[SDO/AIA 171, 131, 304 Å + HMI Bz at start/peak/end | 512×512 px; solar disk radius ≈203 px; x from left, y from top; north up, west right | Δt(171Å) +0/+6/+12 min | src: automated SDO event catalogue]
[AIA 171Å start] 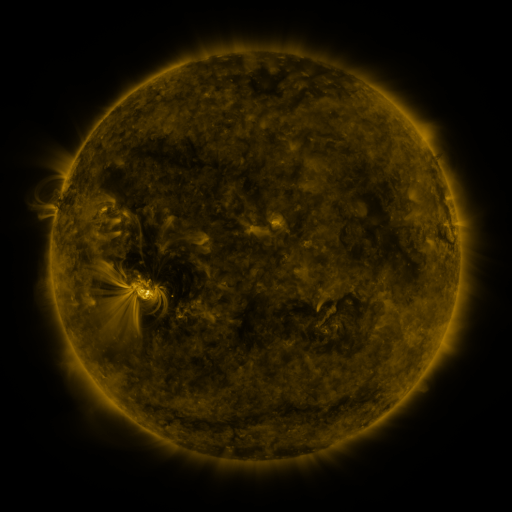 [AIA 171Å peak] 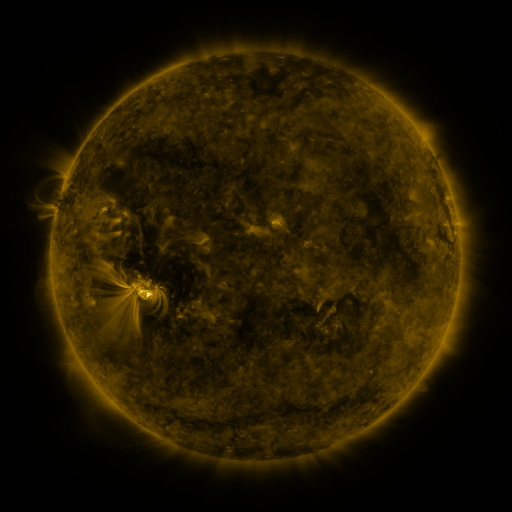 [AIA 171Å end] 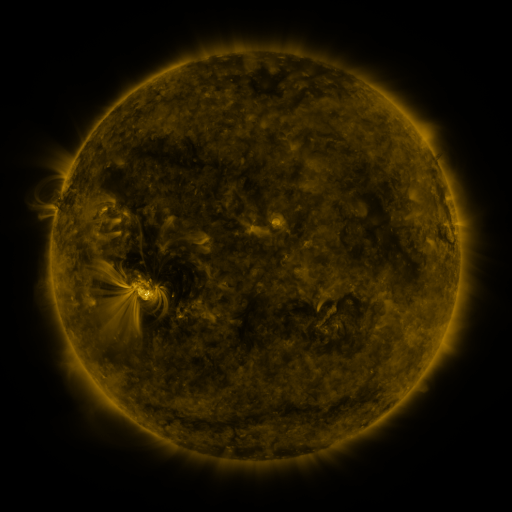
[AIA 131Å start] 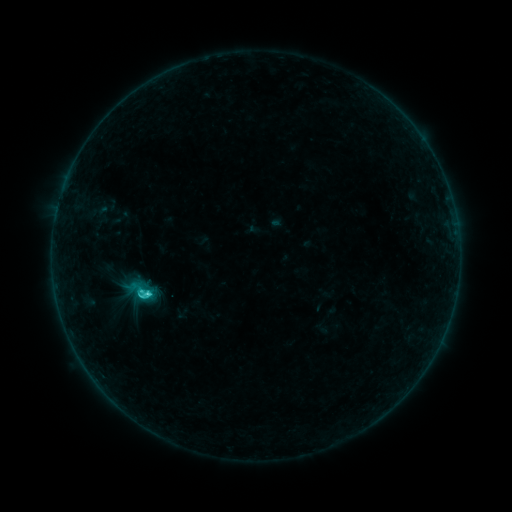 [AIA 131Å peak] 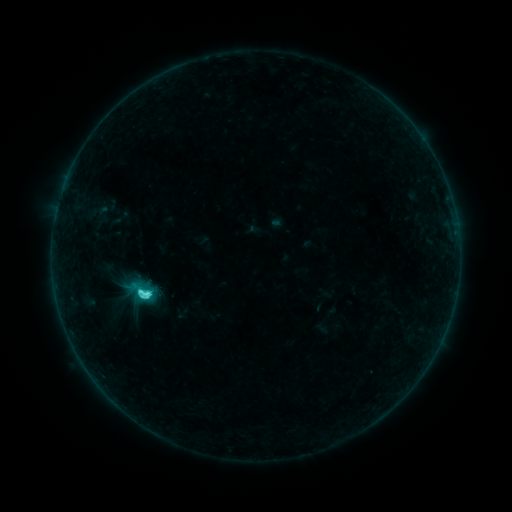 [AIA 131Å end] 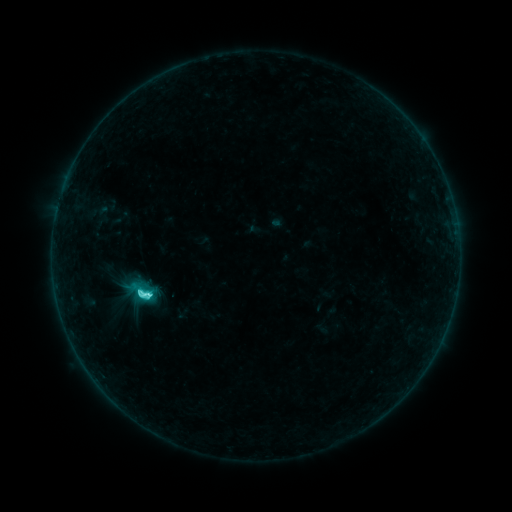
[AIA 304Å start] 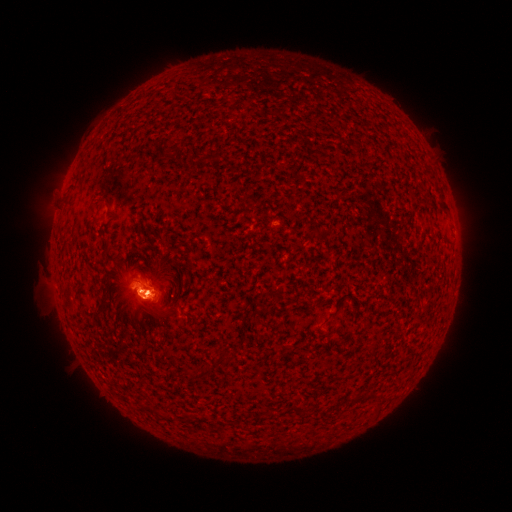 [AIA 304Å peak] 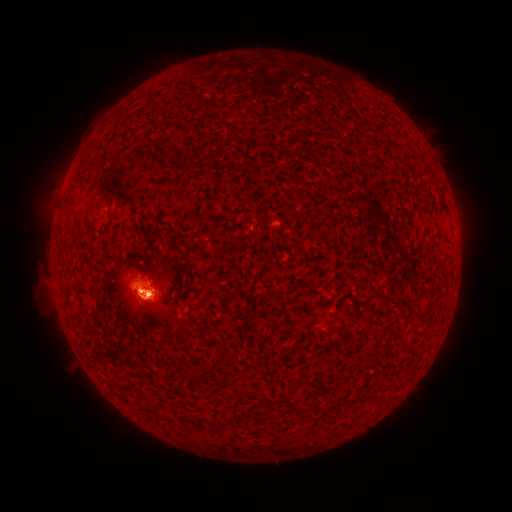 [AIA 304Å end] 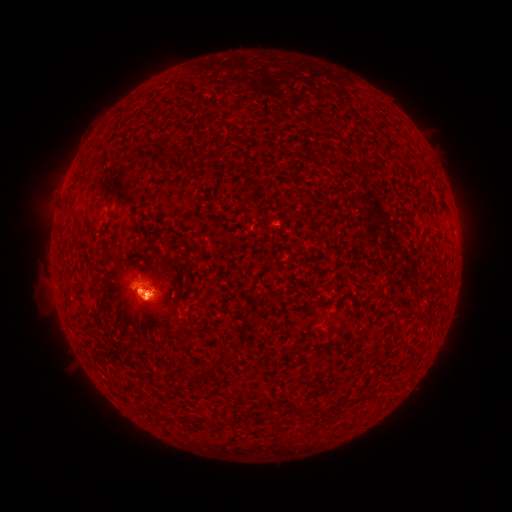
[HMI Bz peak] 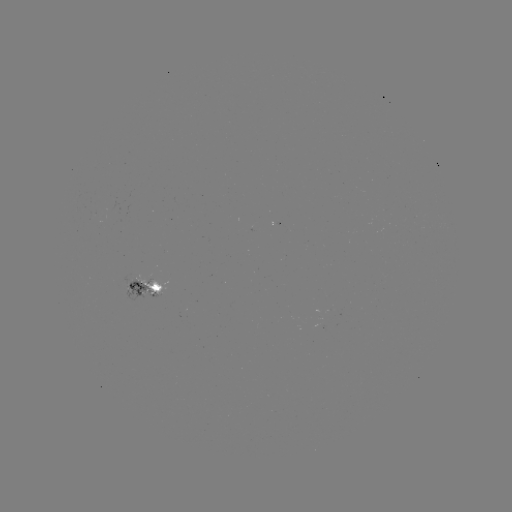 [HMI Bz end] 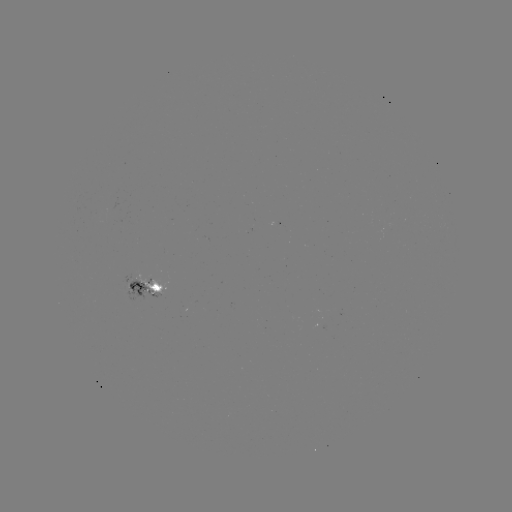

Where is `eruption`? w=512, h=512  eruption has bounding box [103, 253, 177, 331].